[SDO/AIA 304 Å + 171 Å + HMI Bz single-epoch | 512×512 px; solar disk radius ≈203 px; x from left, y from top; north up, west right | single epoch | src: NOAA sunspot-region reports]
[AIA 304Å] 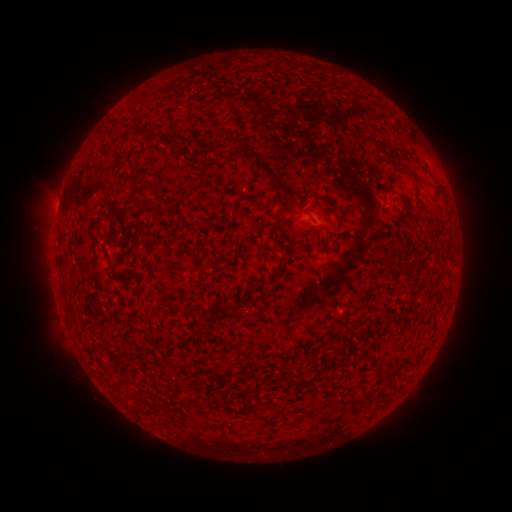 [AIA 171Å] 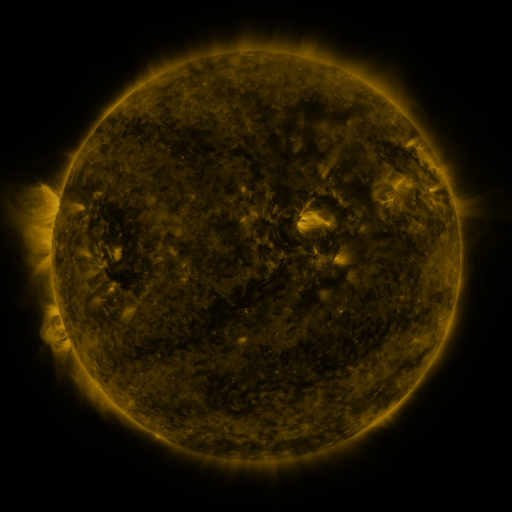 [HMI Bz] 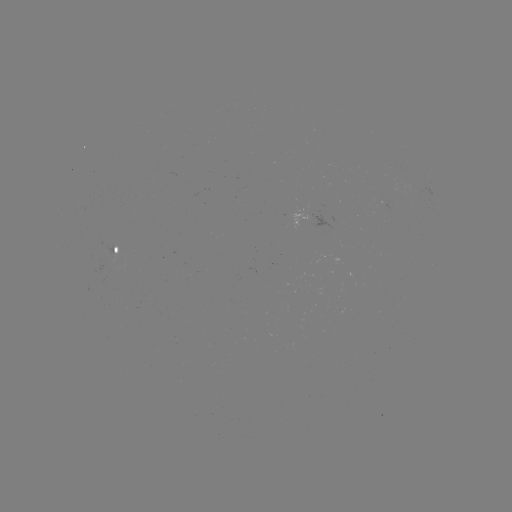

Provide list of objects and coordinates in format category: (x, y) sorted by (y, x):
spotted active region: (298, 217)
spotted active region: (117, 250)
